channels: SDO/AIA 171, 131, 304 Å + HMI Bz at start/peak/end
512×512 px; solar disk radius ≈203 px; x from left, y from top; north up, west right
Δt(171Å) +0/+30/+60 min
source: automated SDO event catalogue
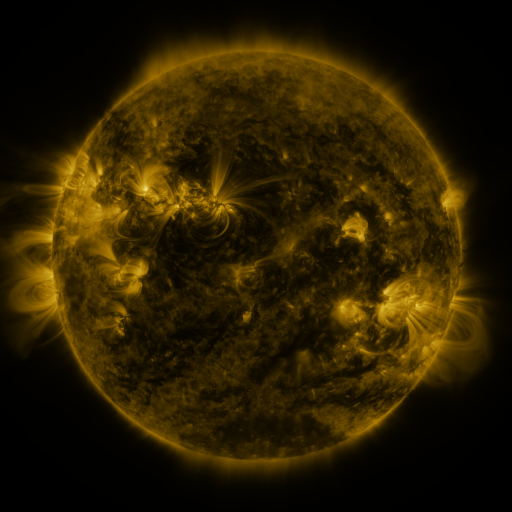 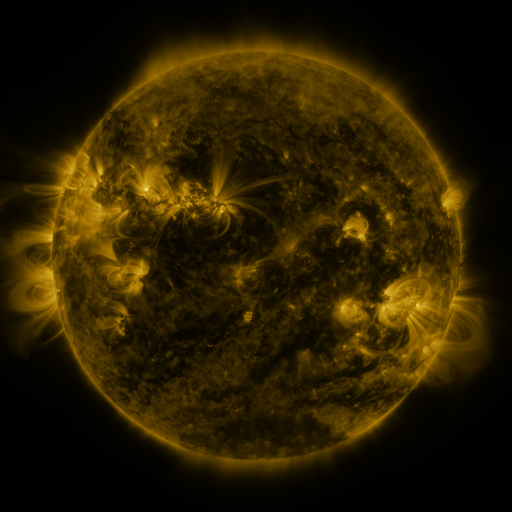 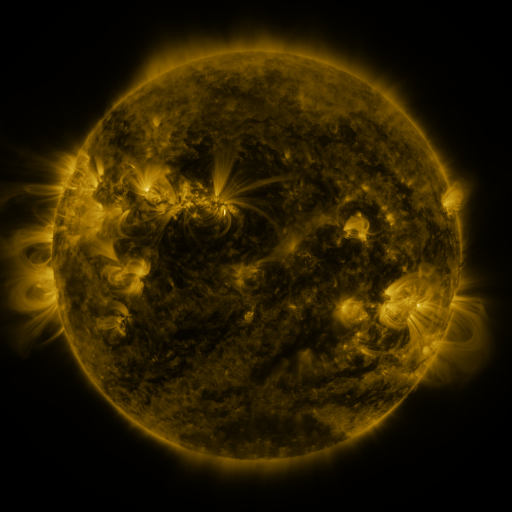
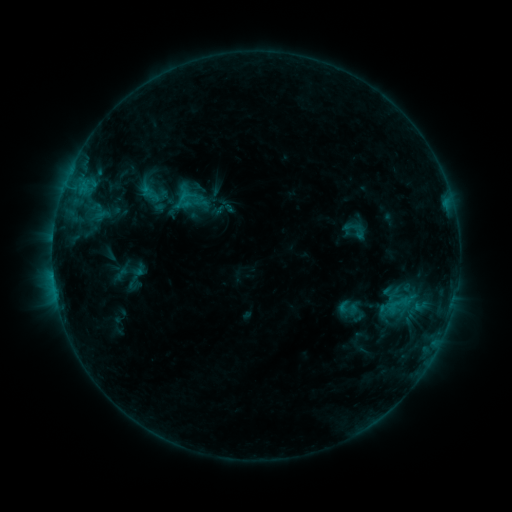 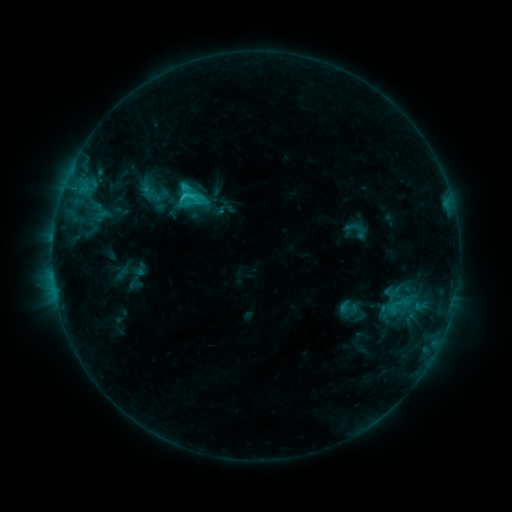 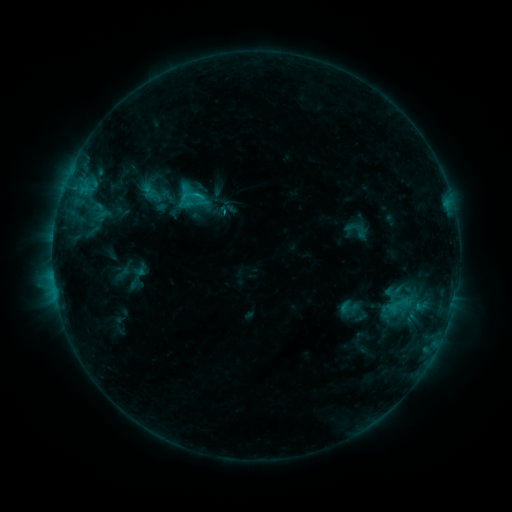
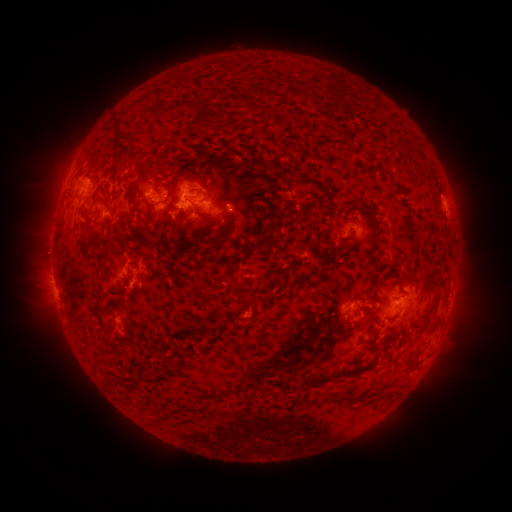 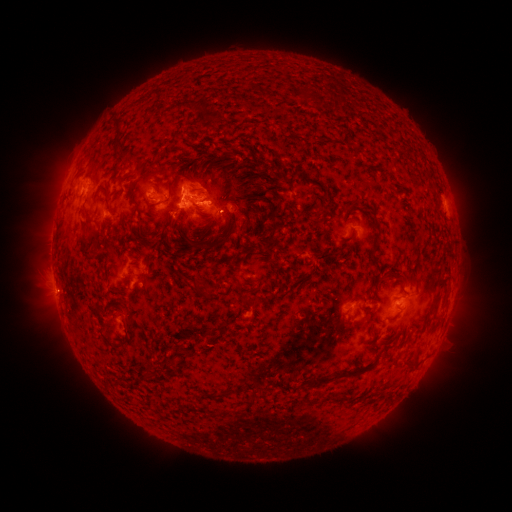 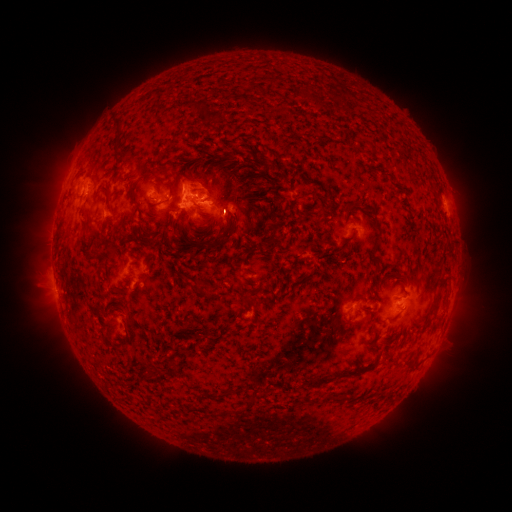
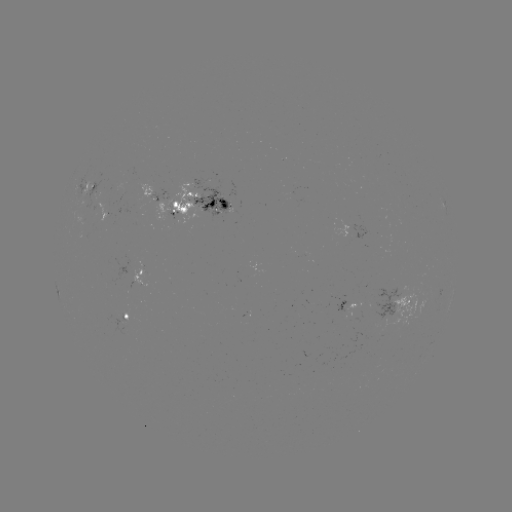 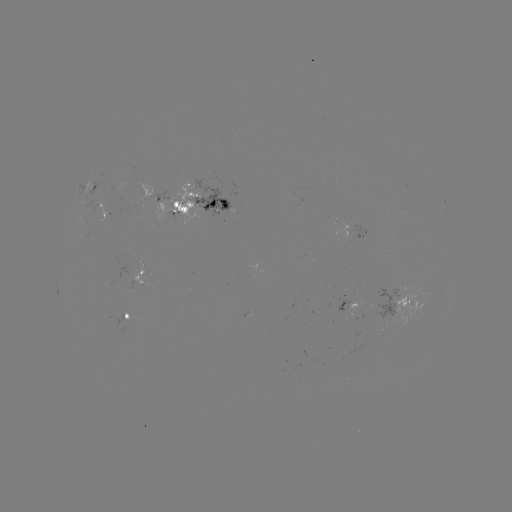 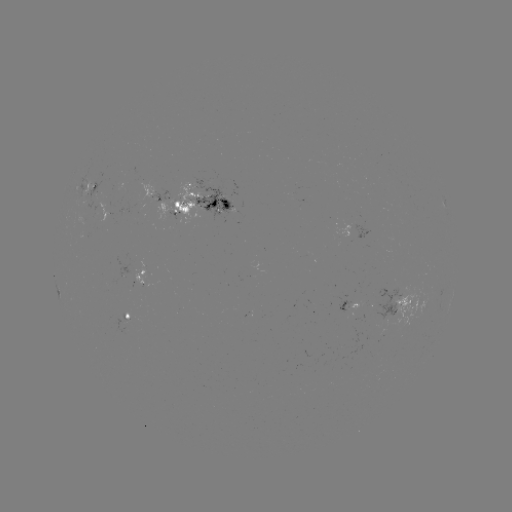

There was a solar flare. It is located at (185, 196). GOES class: C1.9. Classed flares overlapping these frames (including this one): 1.